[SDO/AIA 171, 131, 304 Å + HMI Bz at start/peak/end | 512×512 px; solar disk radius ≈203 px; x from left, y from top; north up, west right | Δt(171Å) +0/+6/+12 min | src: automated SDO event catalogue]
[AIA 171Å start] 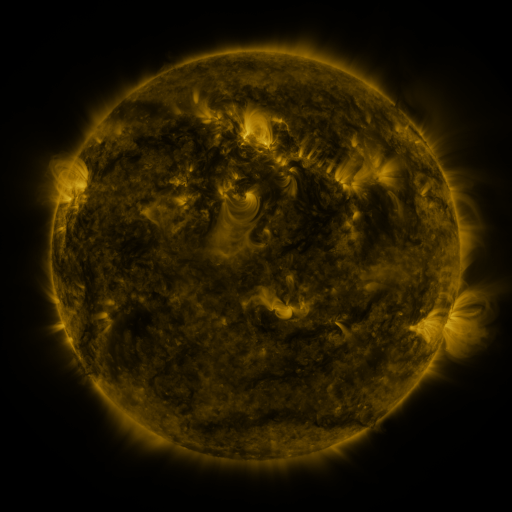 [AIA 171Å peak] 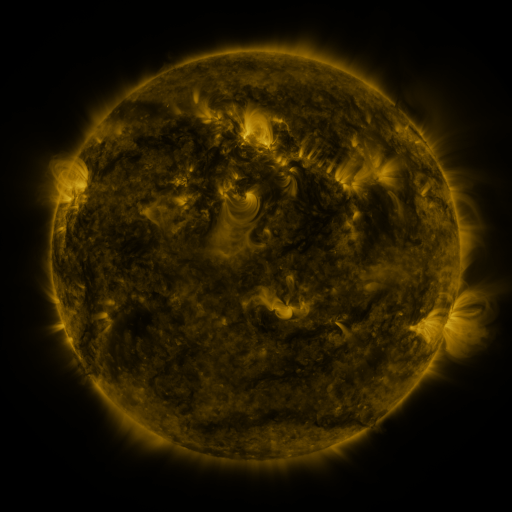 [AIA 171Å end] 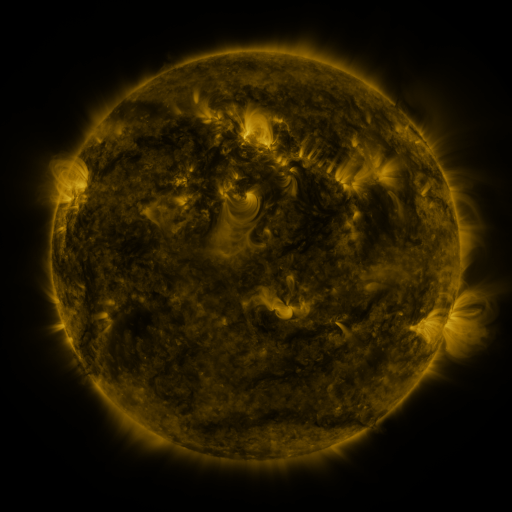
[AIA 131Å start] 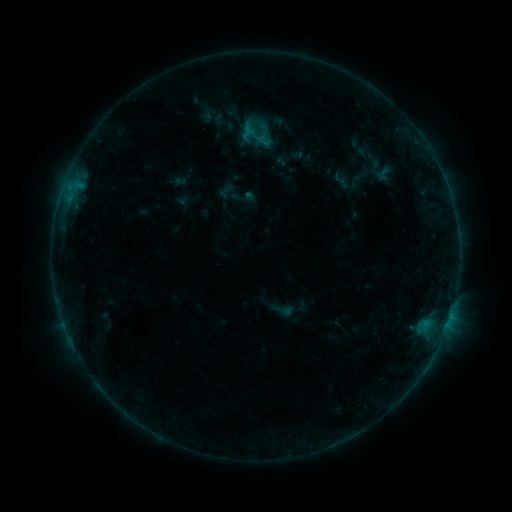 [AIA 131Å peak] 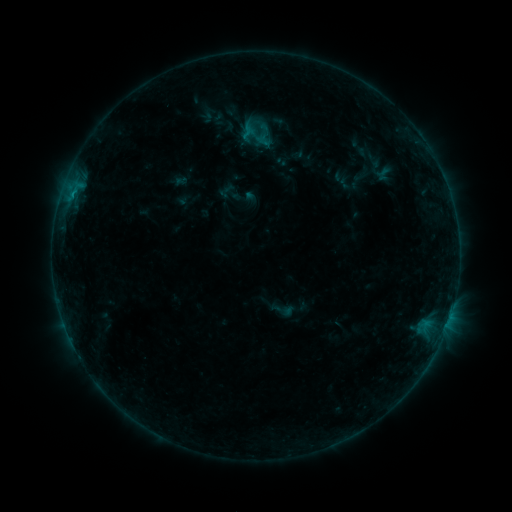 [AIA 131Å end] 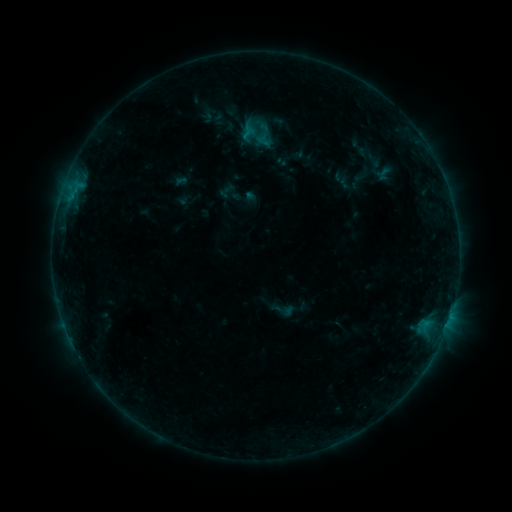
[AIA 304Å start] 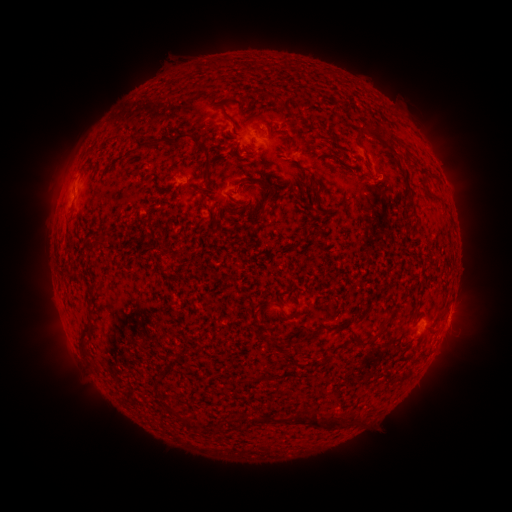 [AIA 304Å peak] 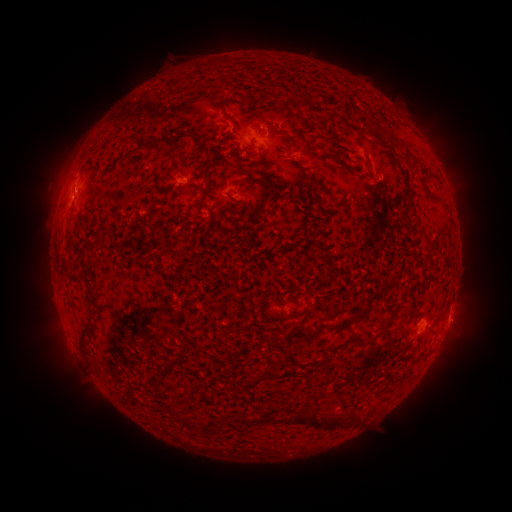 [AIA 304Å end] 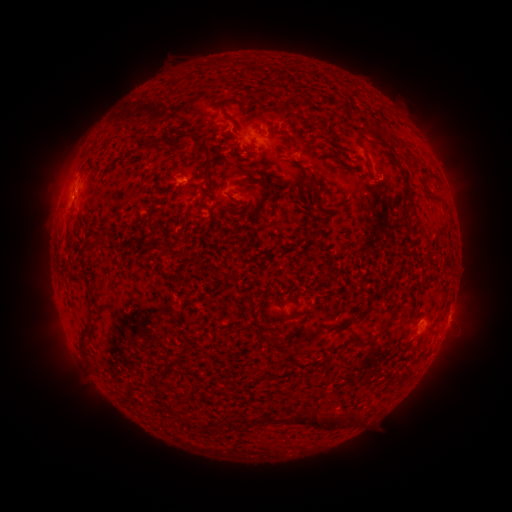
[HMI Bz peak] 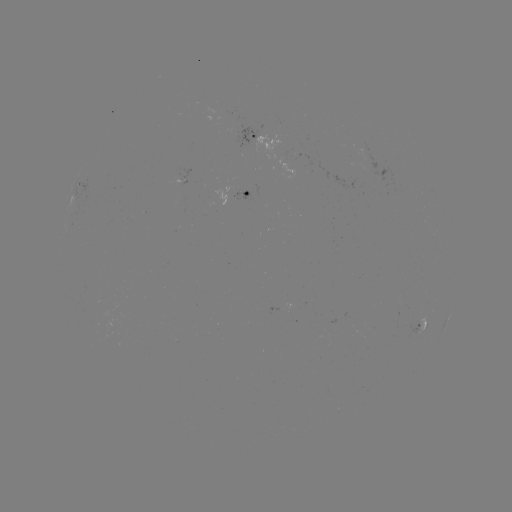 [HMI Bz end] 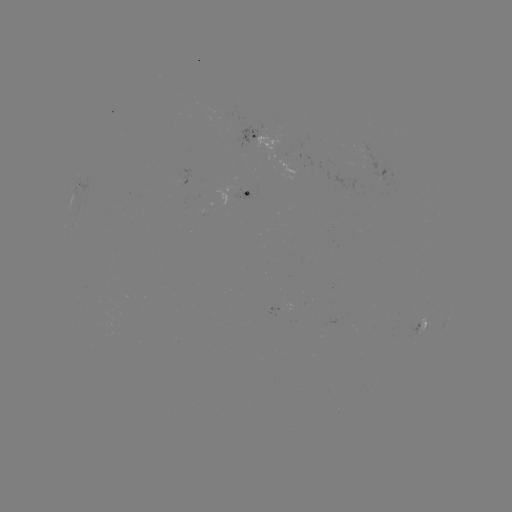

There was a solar flare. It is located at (75, 194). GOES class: B3.7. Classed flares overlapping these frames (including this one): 1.